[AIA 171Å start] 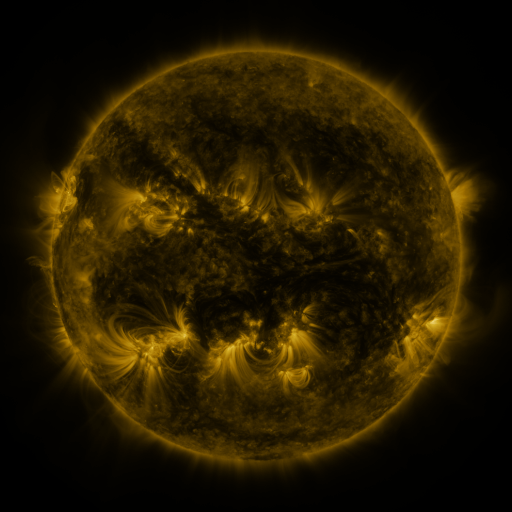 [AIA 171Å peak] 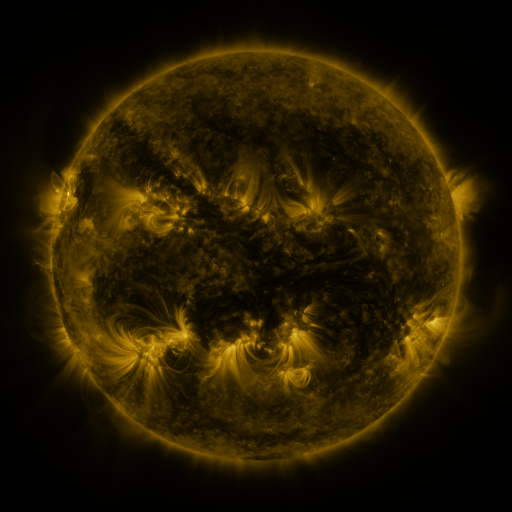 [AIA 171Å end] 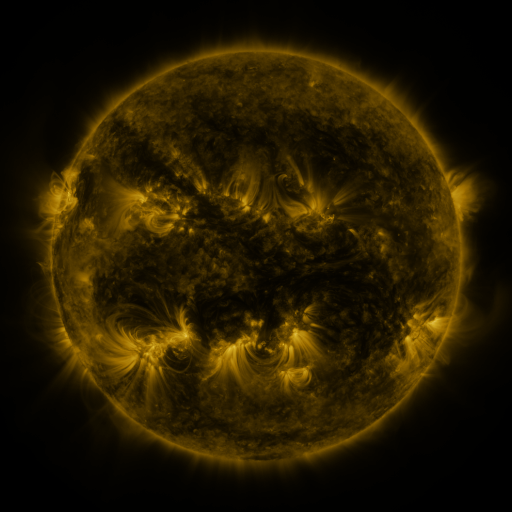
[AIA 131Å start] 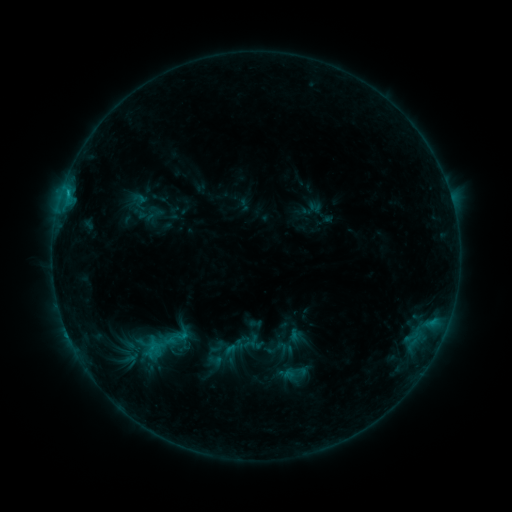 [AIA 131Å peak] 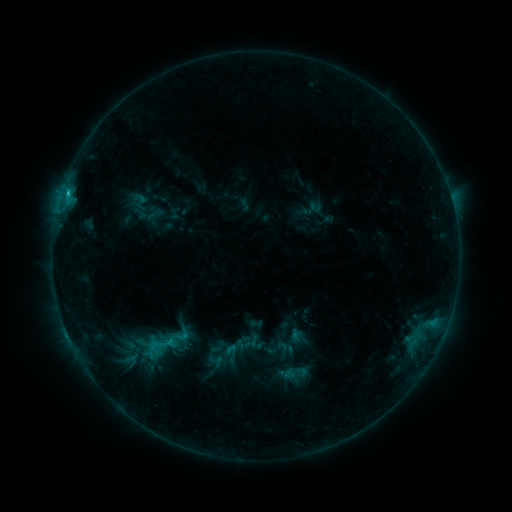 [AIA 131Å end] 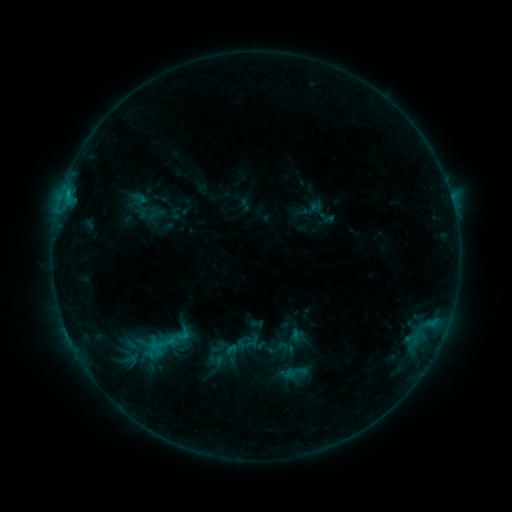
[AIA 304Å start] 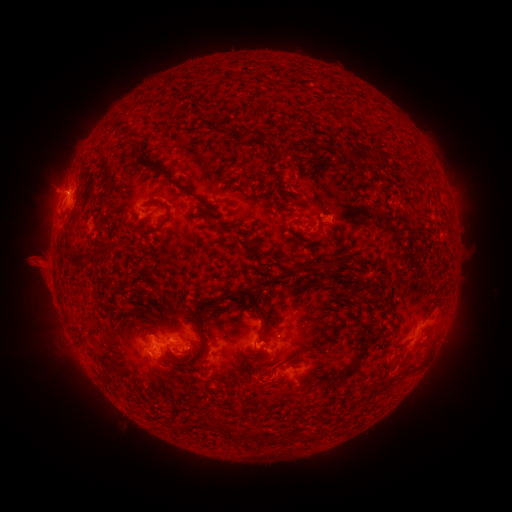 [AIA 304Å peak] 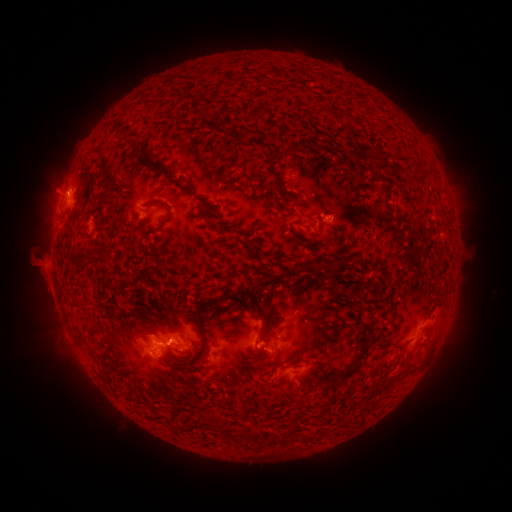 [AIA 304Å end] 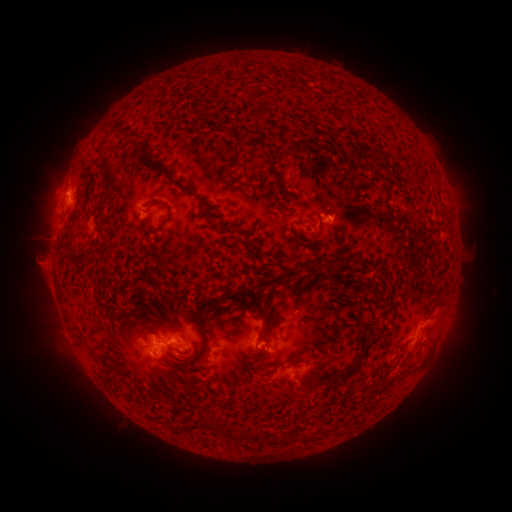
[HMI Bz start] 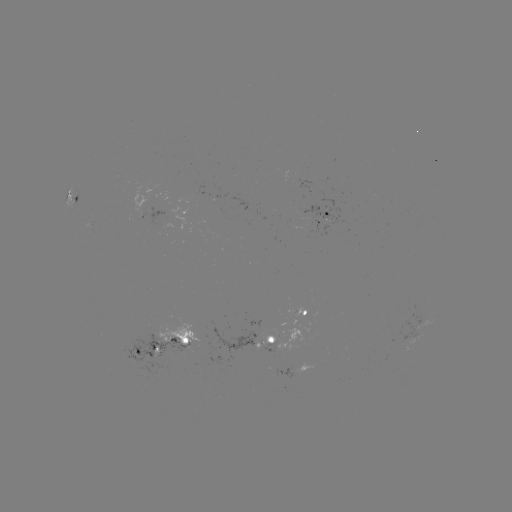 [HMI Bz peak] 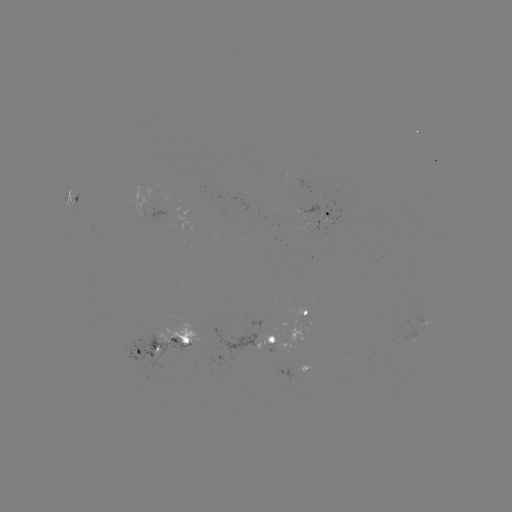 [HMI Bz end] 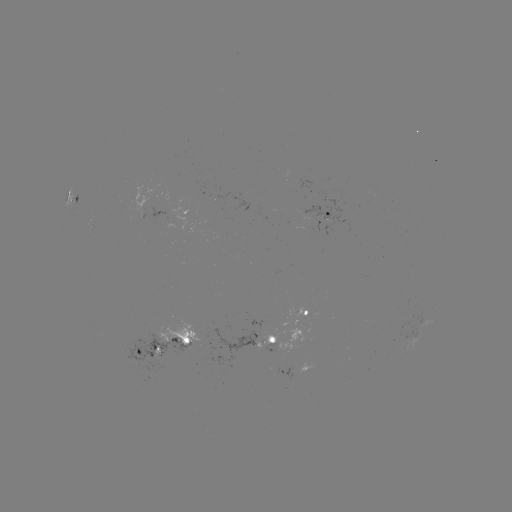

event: eruption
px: (32, 258)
